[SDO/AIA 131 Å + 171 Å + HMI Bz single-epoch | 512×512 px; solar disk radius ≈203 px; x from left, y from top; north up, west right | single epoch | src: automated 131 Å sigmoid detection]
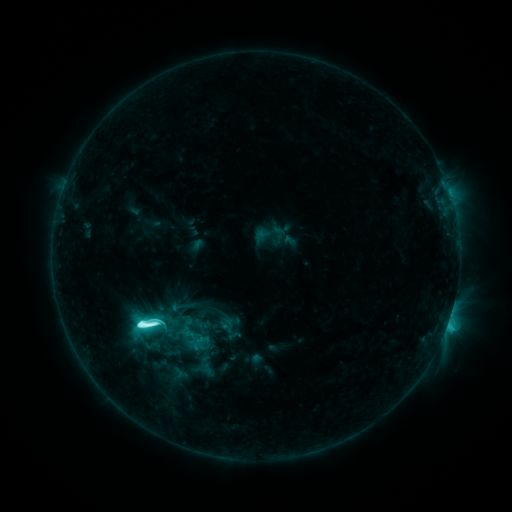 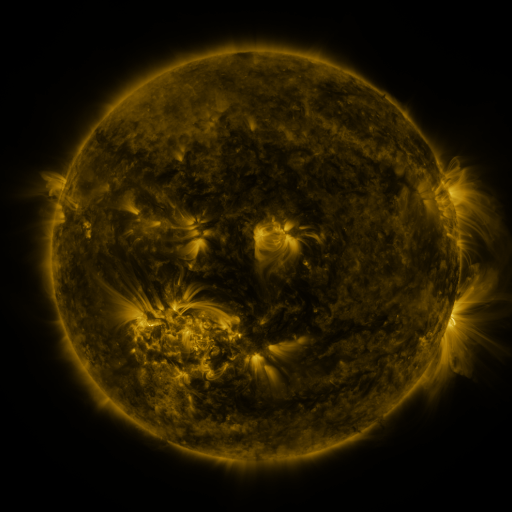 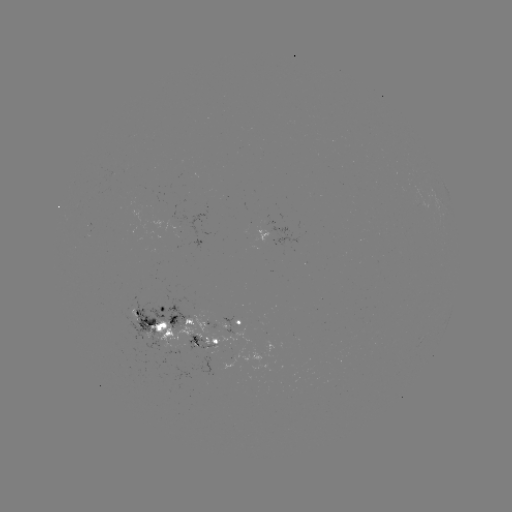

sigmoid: [132, 312, 161, 336]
